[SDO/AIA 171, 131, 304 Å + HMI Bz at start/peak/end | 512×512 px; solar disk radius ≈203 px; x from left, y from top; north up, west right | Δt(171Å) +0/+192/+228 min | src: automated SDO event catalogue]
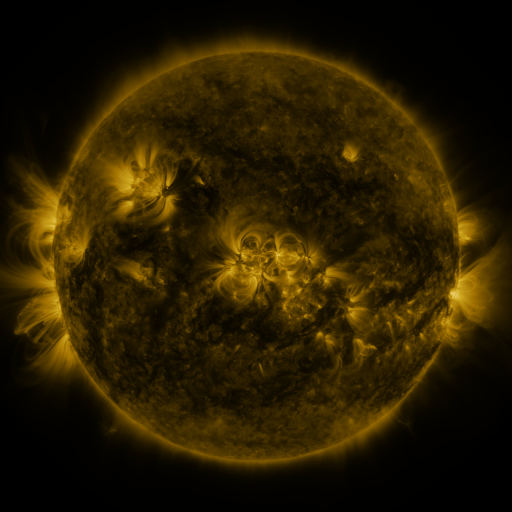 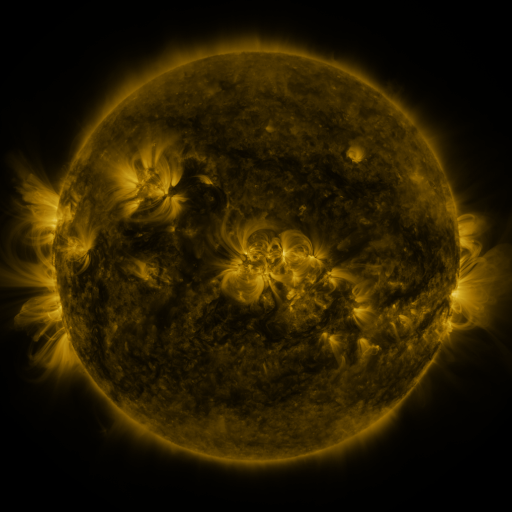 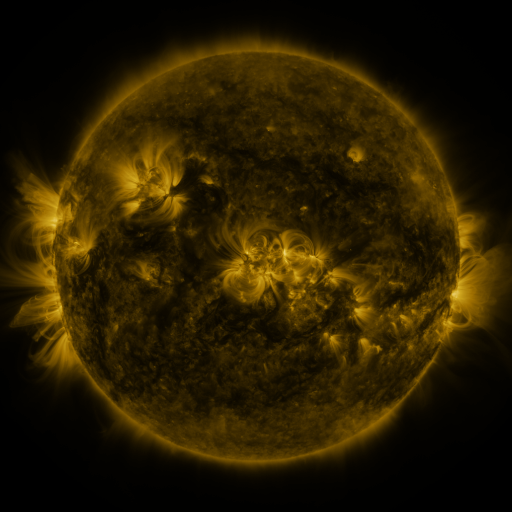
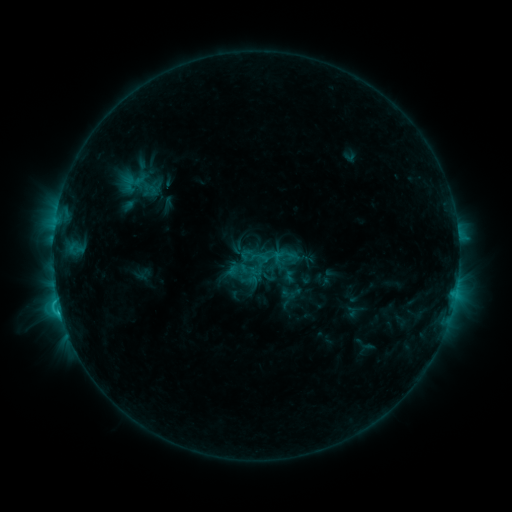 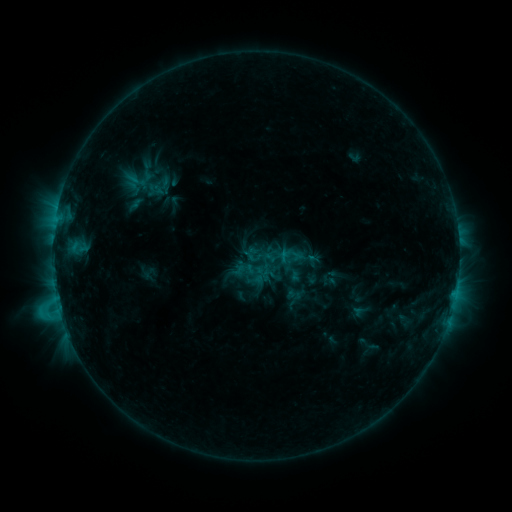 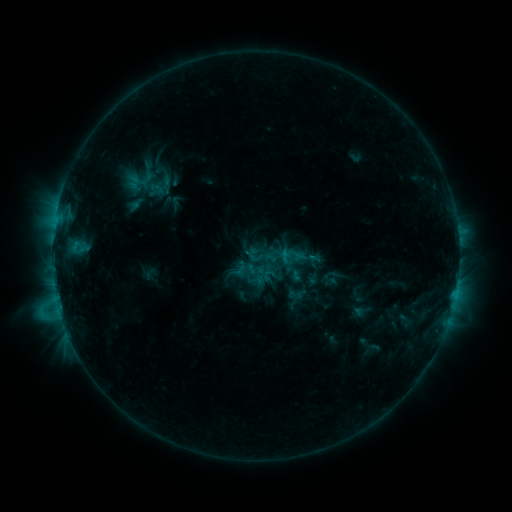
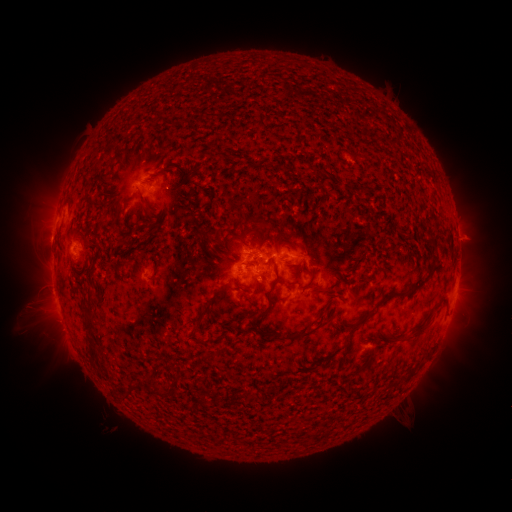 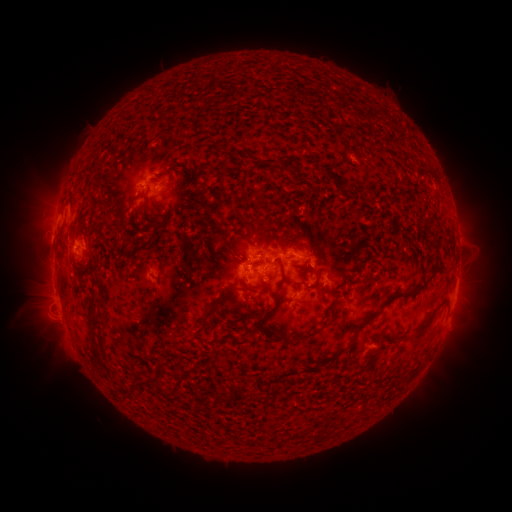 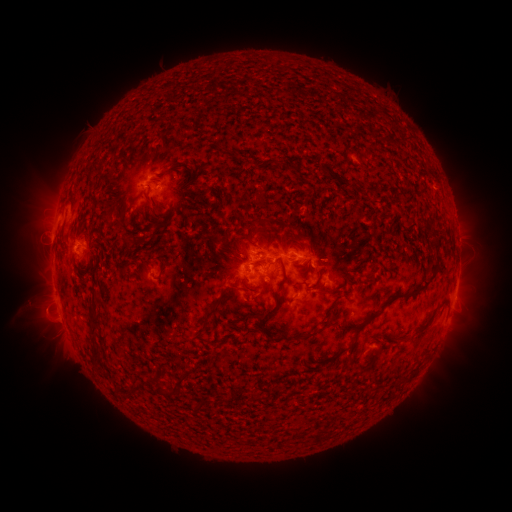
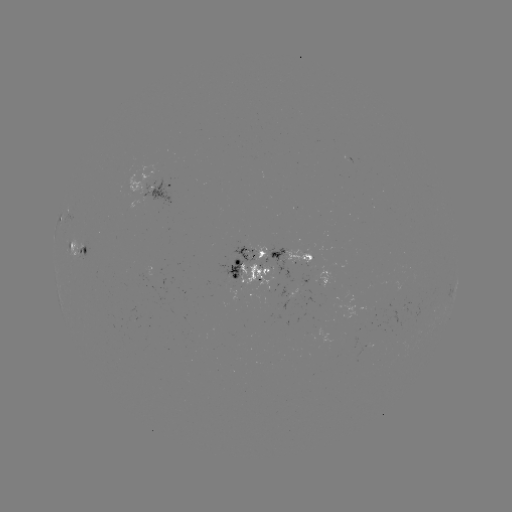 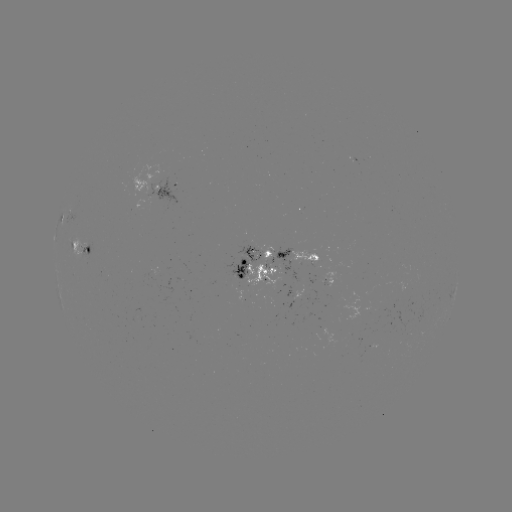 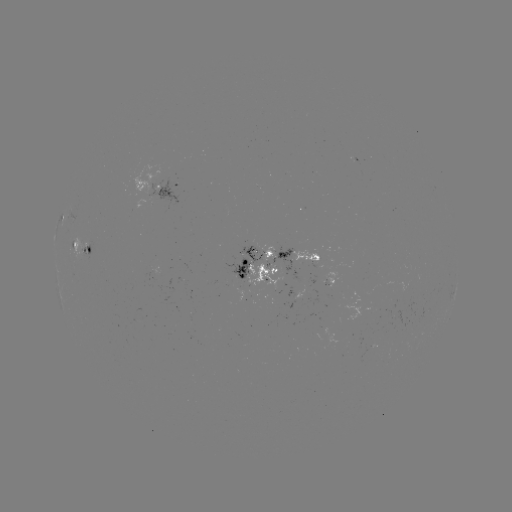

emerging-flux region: [321, 271, 336, 287]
